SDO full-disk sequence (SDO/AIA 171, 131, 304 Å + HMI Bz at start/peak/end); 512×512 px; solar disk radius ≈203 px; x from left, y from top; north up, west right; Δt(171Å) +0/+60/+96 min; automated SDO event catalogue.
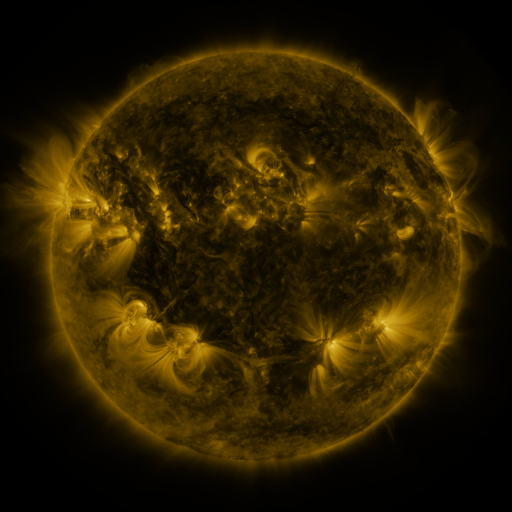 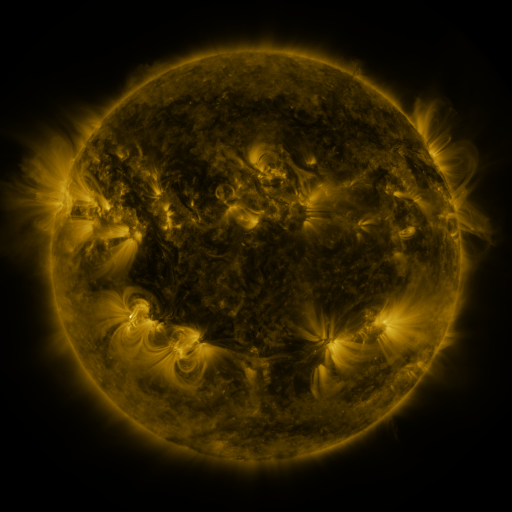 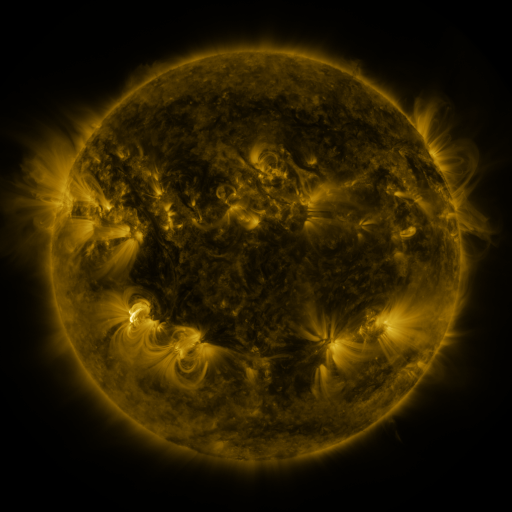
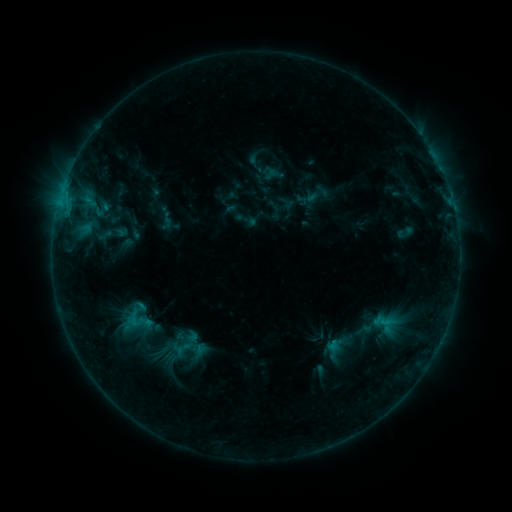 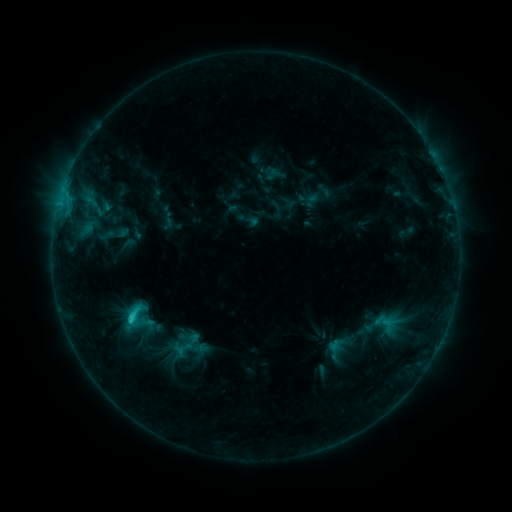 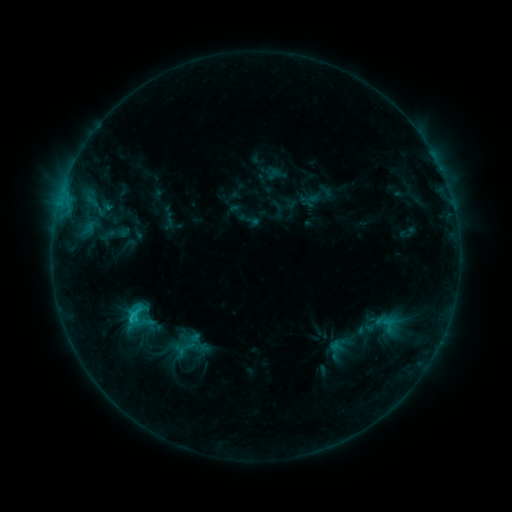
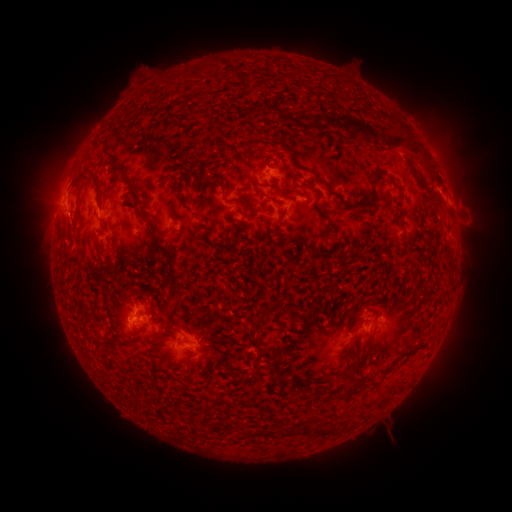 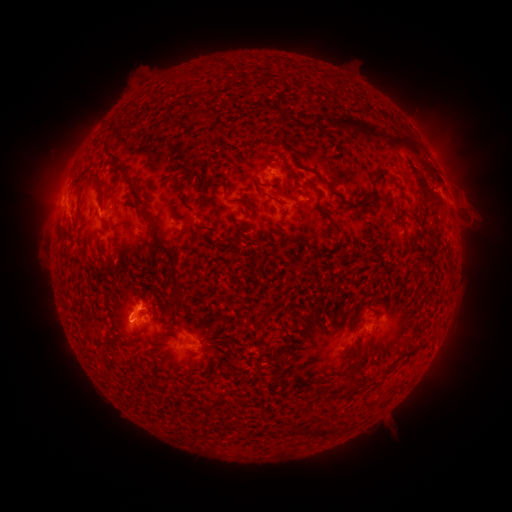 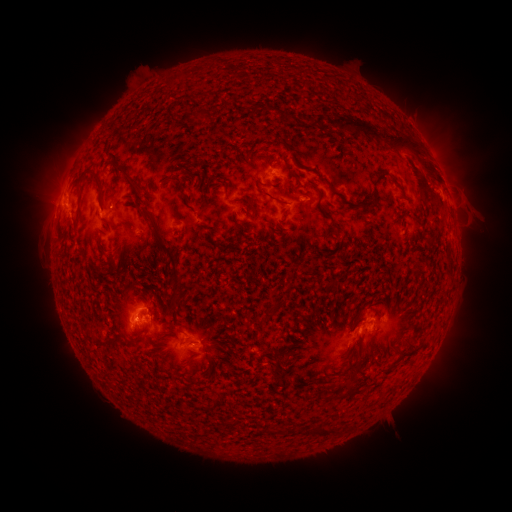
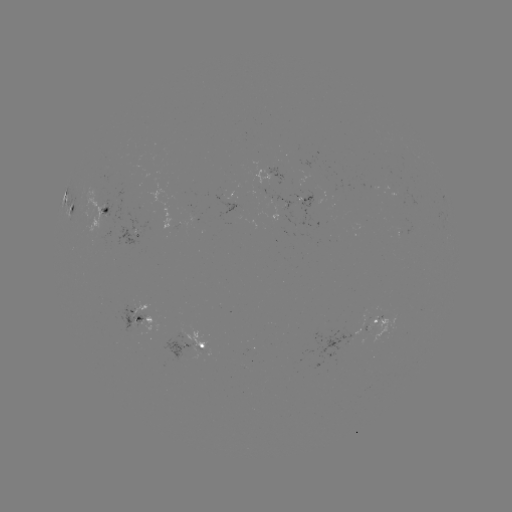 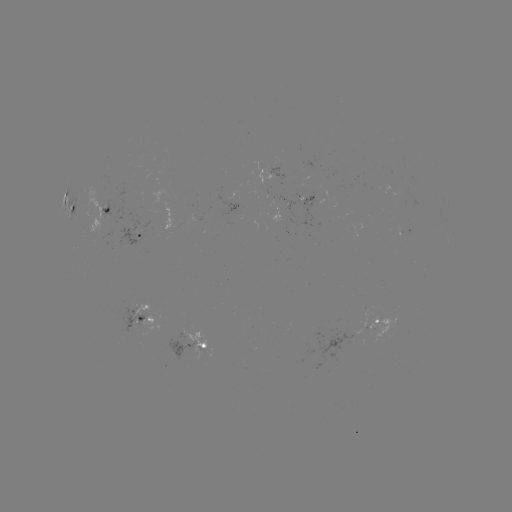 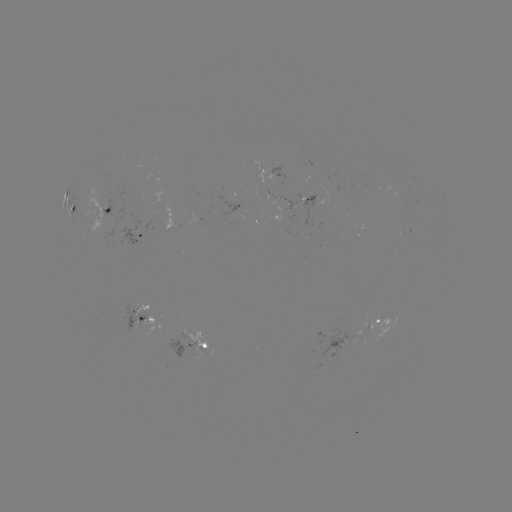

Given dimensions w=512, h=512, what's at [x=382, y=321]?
emerging-flux region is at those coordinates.